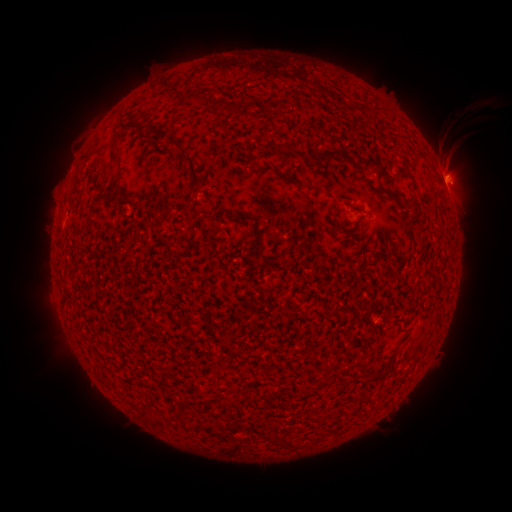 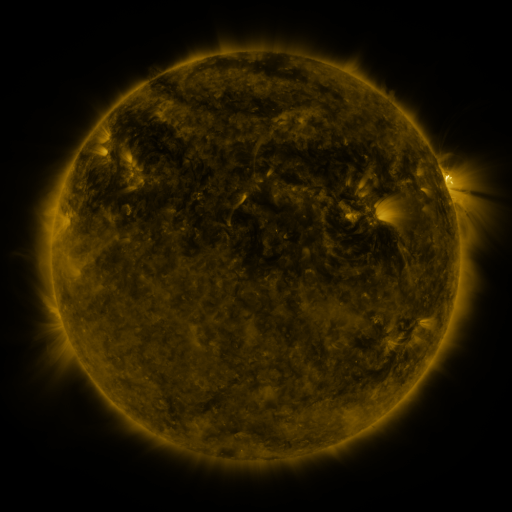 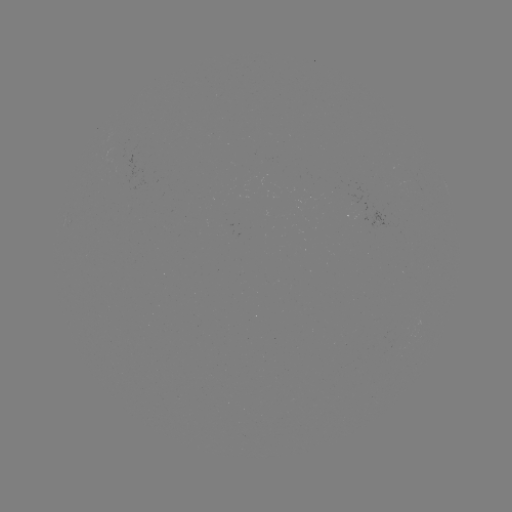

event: spotted active region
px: (448, 190)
